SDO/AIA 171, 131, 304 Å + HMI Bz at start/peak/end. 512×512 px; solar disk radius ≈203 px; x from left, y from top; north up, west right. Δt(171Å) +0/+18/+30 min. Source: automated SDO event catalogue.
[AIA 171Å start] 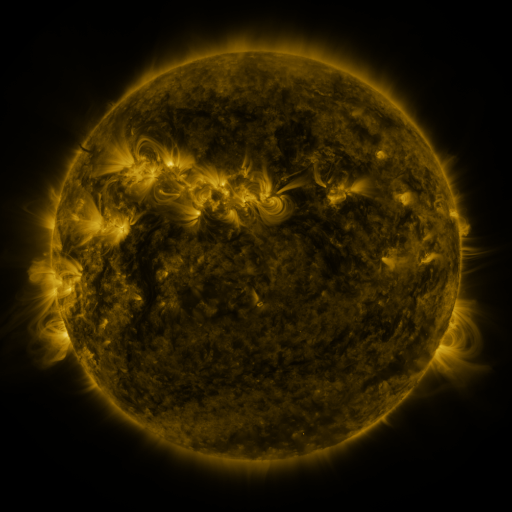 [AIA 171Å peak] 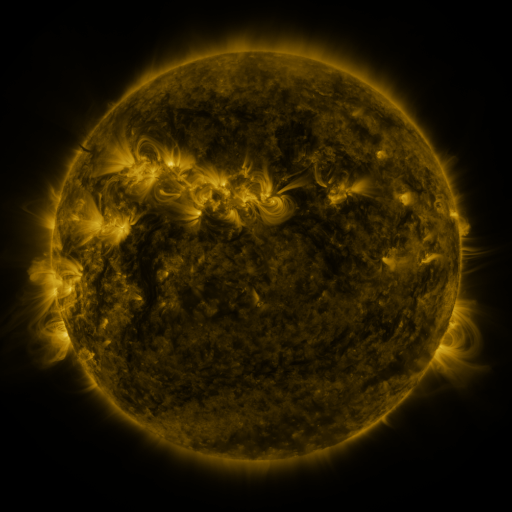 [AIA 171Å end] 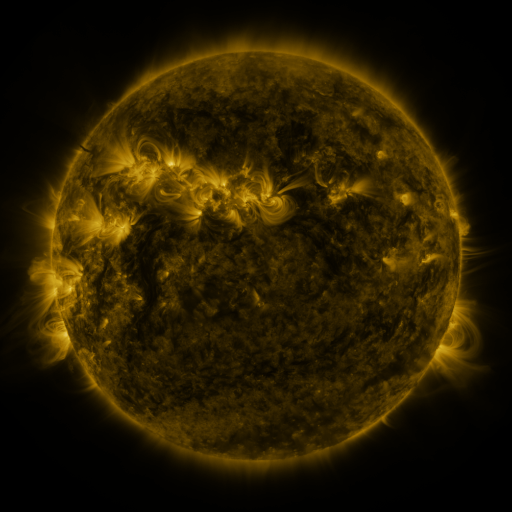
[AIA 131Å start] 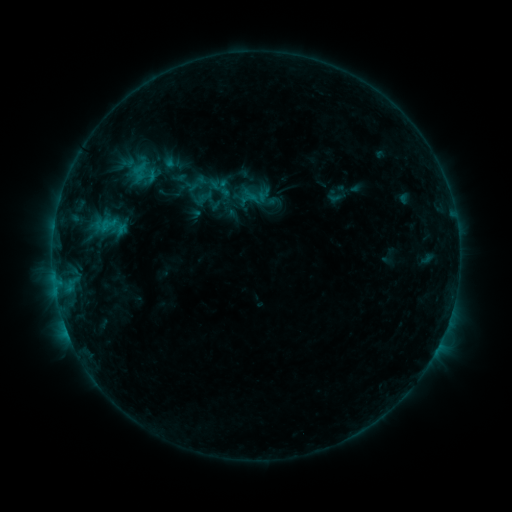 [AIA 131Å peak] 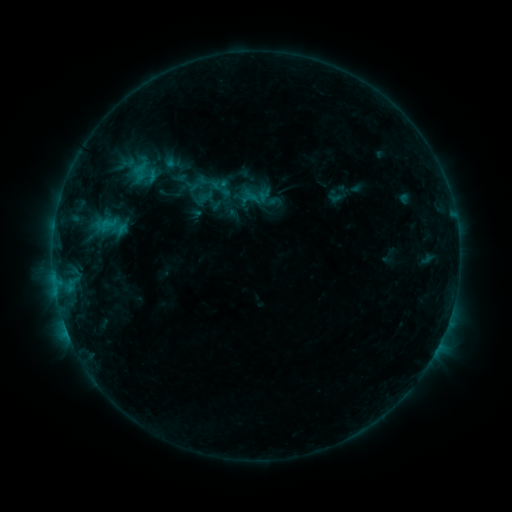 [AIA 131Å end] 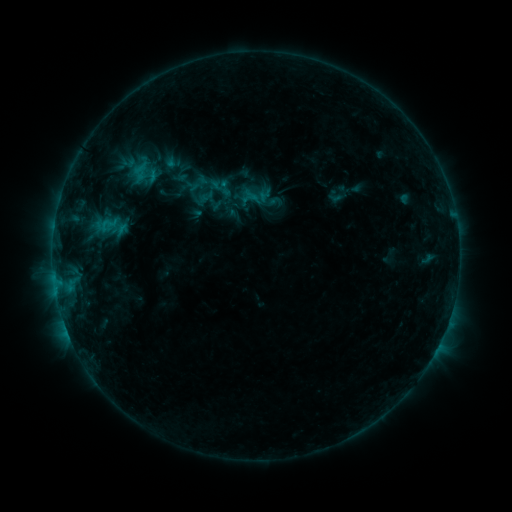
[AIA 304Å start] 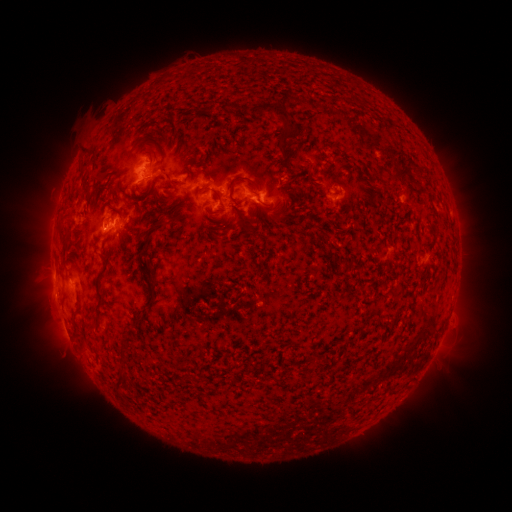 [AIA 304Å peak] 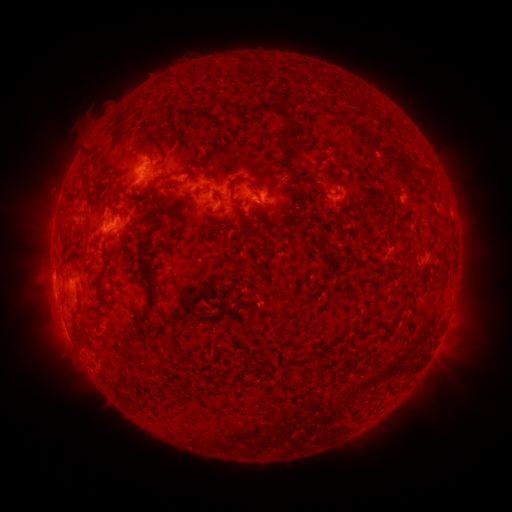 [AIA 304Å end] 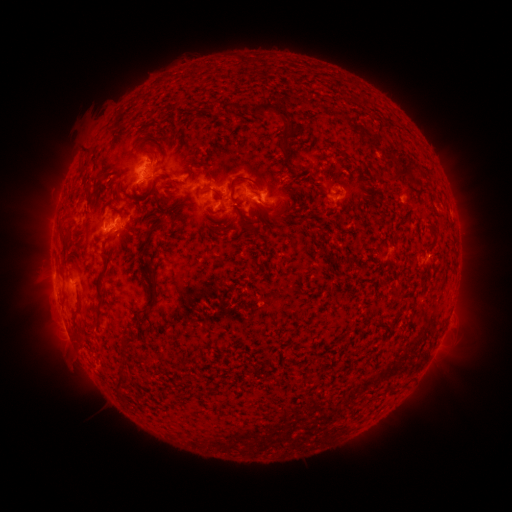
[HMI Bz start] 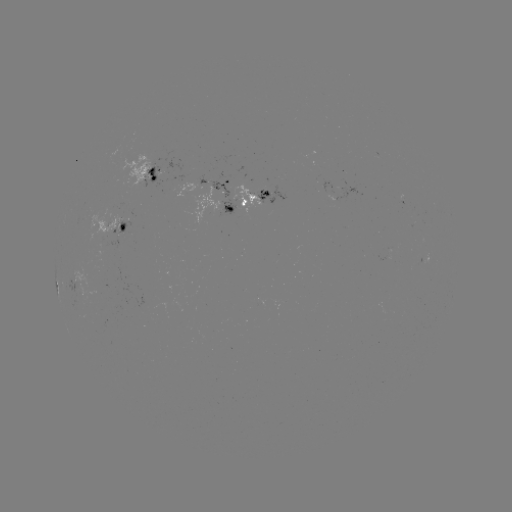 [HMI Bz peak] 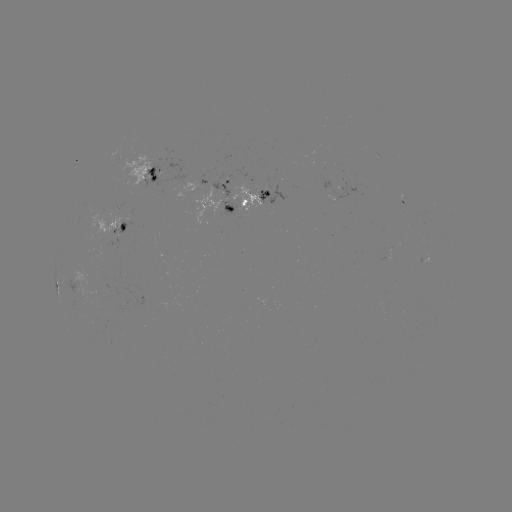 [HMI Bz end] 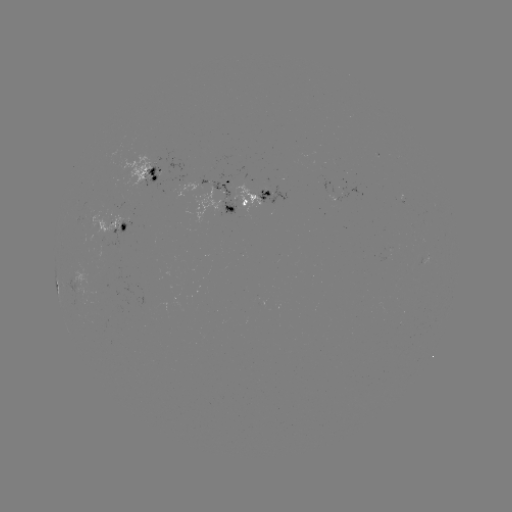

no flare in any classed list; no EUV-trigger detection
